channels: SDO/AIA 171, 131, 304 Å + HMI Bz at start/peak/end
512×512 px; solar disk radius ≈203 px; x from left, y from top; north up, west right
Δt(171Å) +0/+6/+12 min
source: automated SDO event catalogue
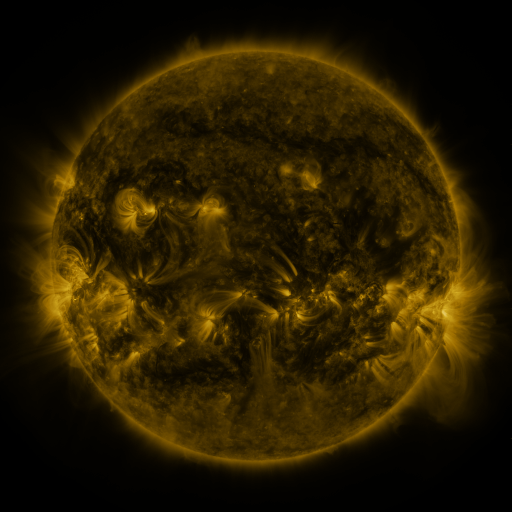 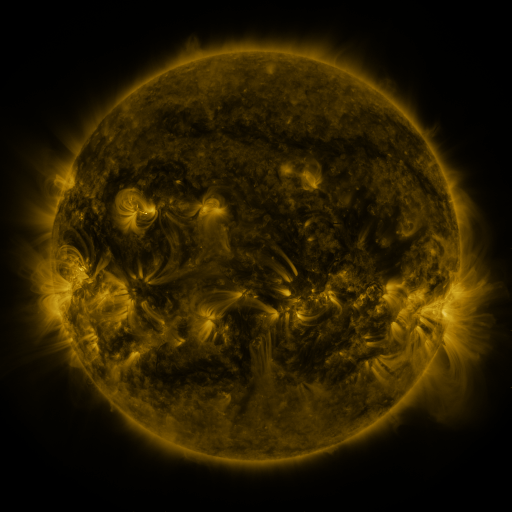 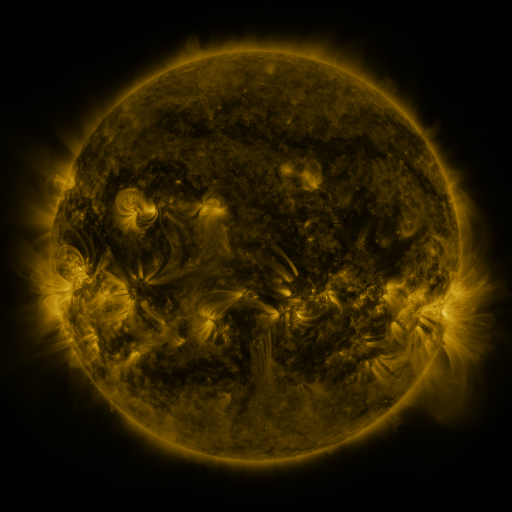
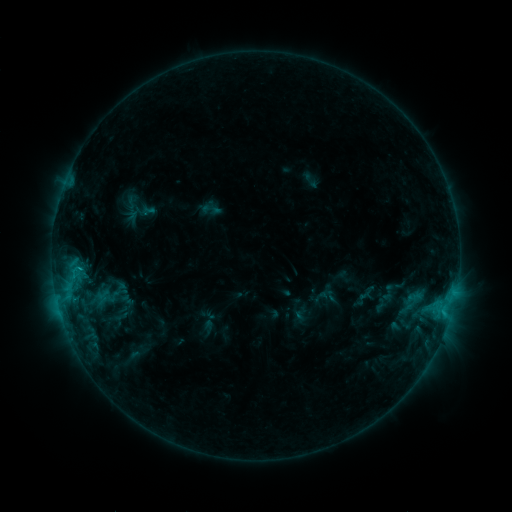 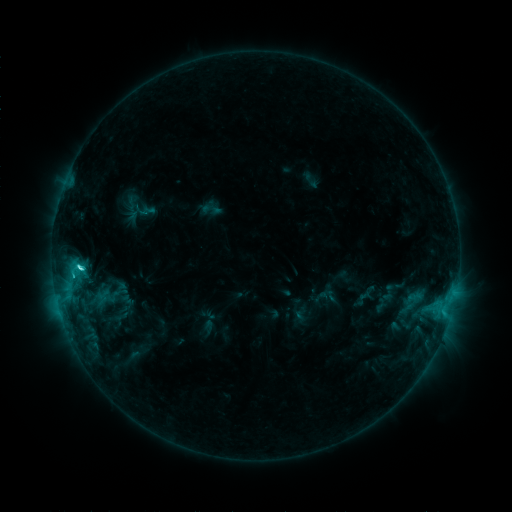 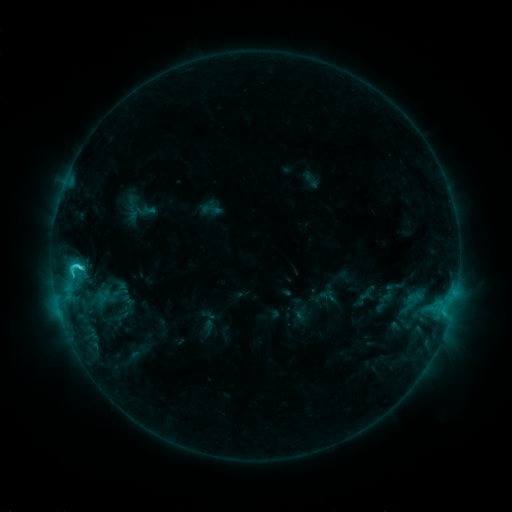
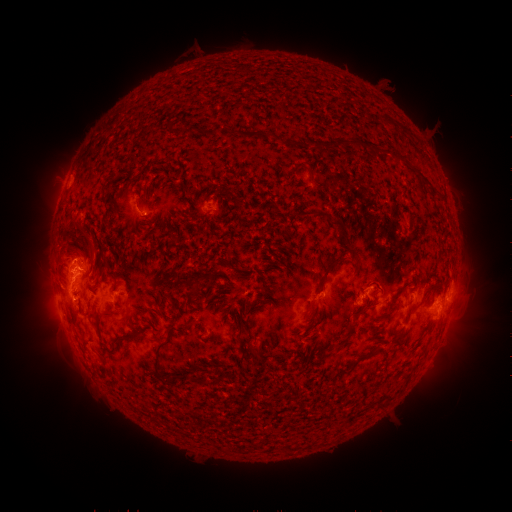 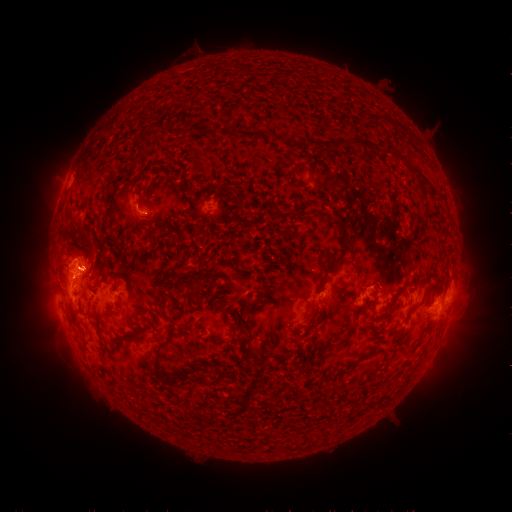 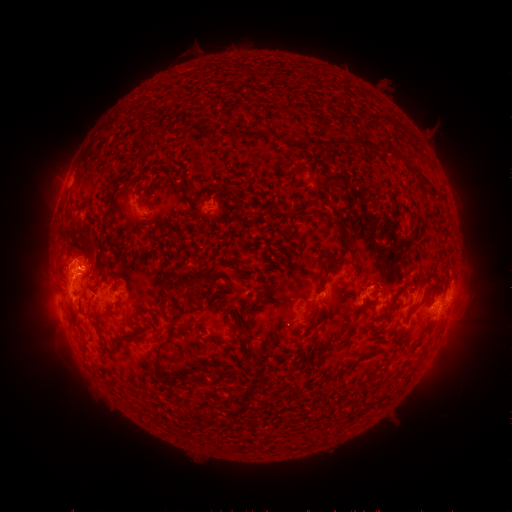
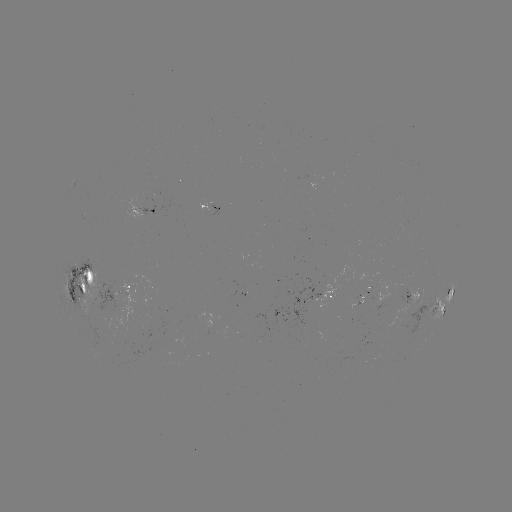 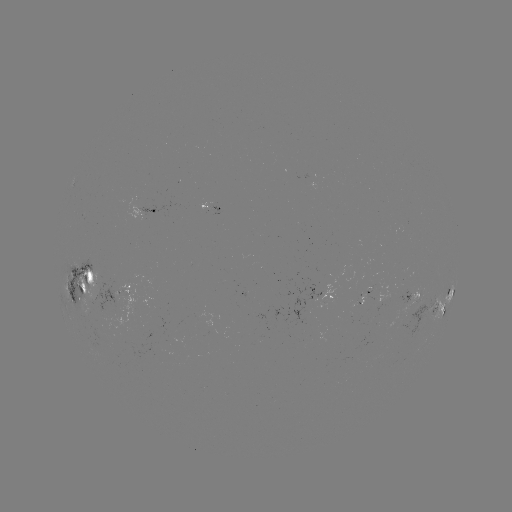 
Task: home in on C3.6 flare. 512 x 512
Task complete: [82, 267].